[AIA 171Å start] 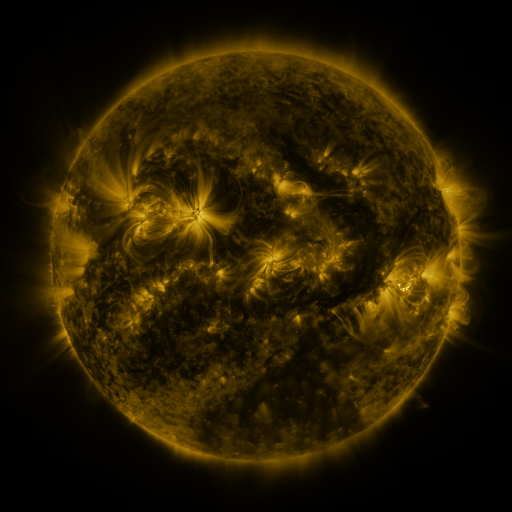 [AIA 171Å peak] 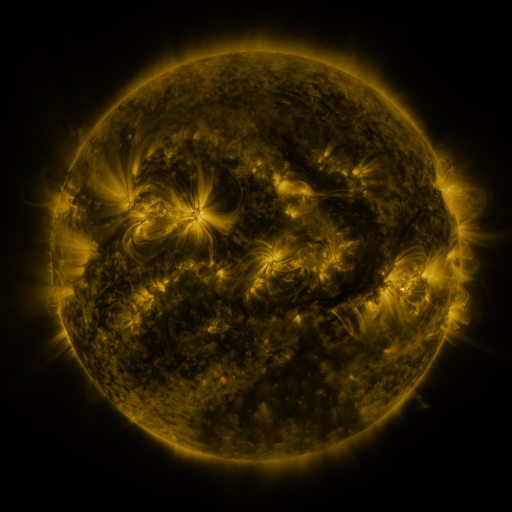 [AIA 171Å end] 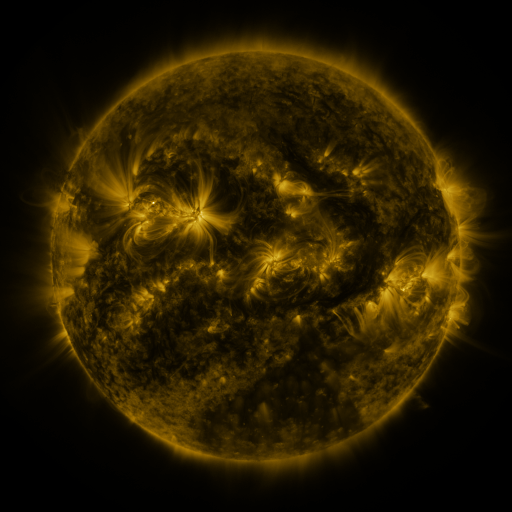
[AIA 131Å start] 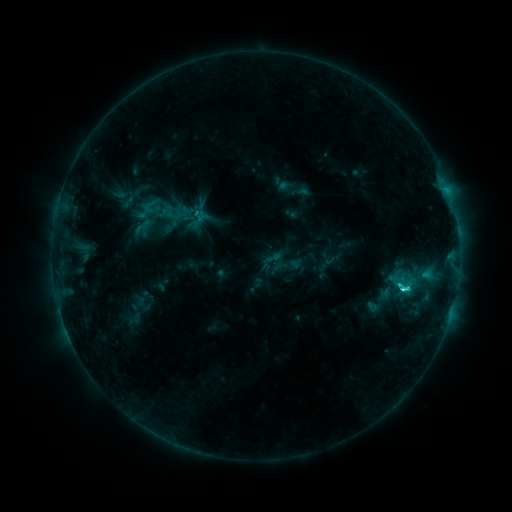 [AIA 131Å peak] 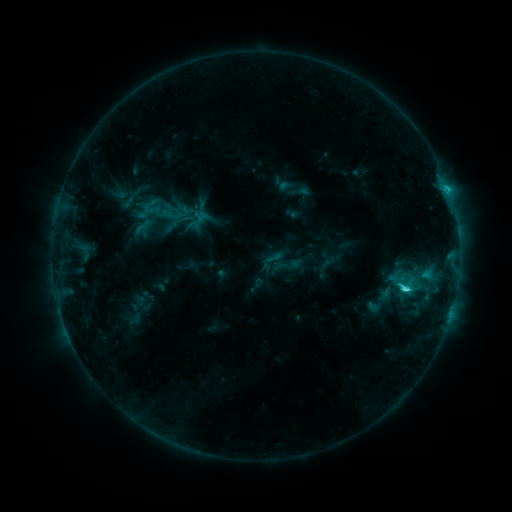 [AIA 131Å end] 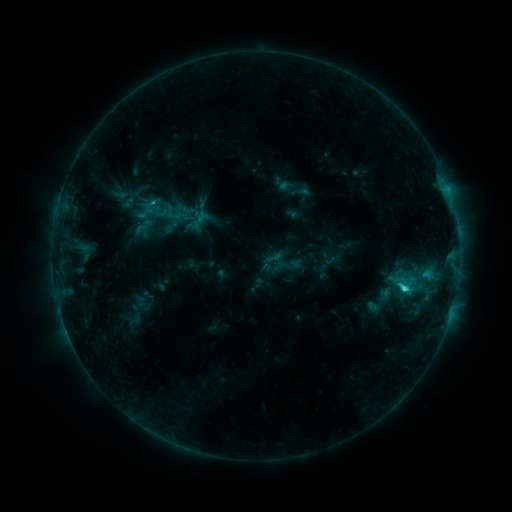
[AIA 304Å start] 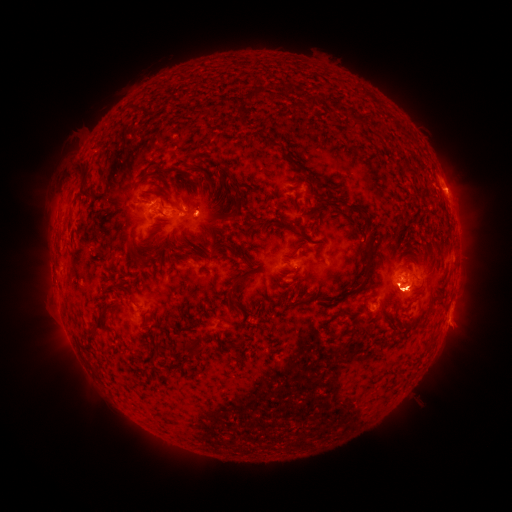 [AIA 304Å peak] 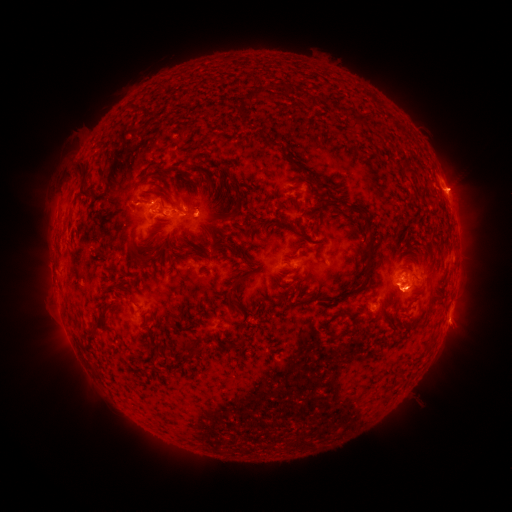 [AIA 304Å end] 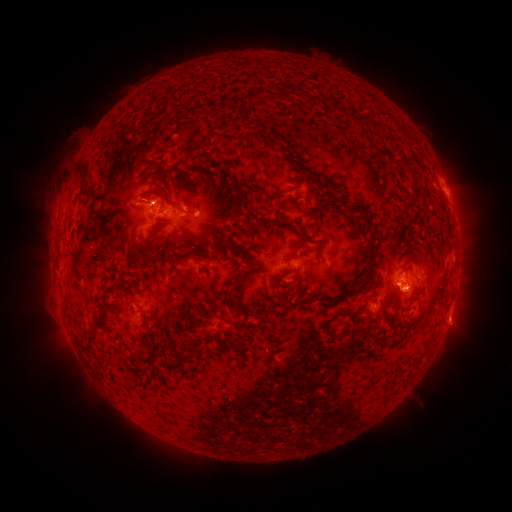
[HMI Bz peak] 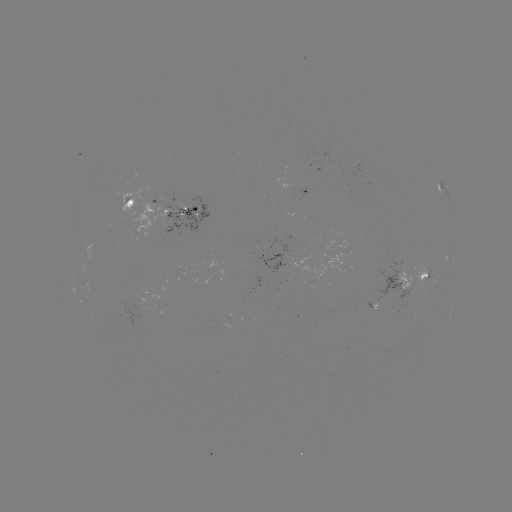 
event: eruption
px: (458, 188)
